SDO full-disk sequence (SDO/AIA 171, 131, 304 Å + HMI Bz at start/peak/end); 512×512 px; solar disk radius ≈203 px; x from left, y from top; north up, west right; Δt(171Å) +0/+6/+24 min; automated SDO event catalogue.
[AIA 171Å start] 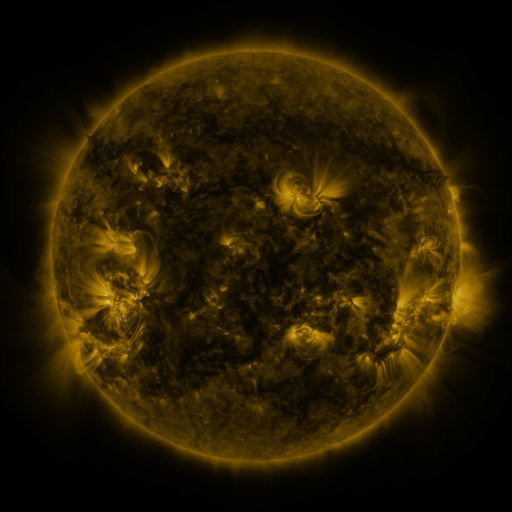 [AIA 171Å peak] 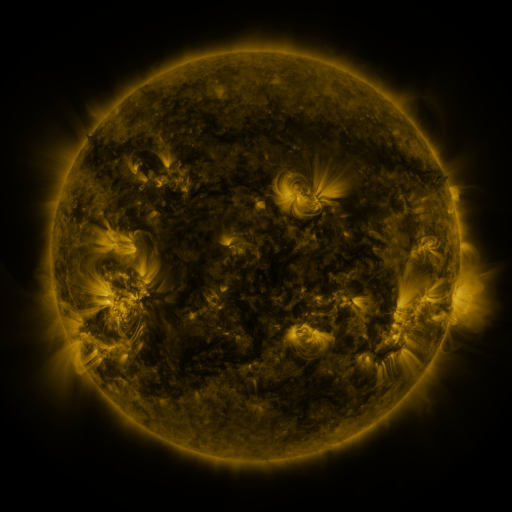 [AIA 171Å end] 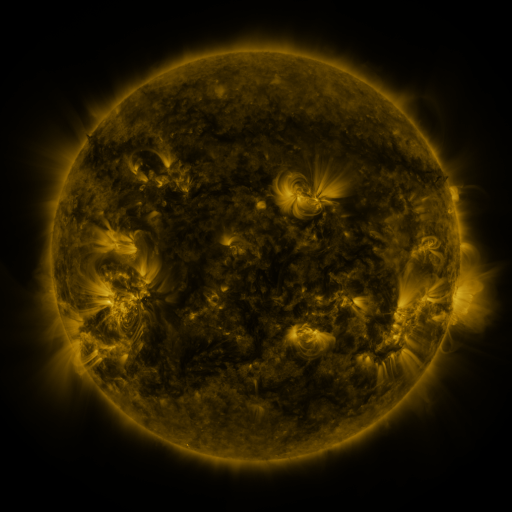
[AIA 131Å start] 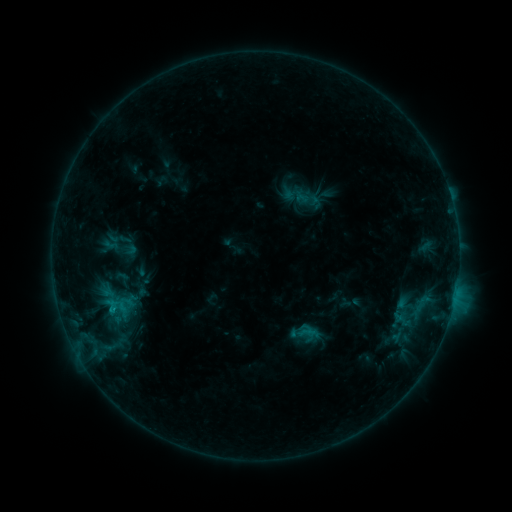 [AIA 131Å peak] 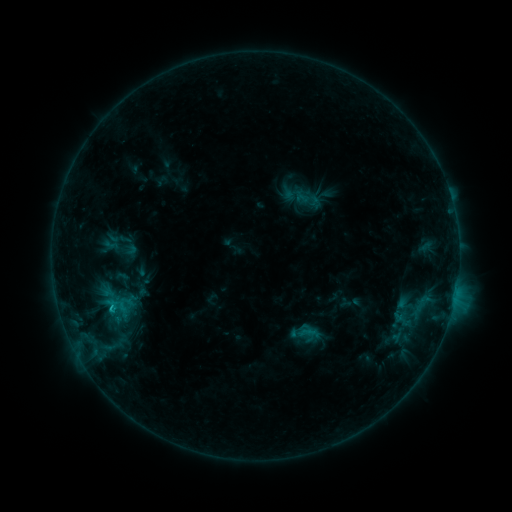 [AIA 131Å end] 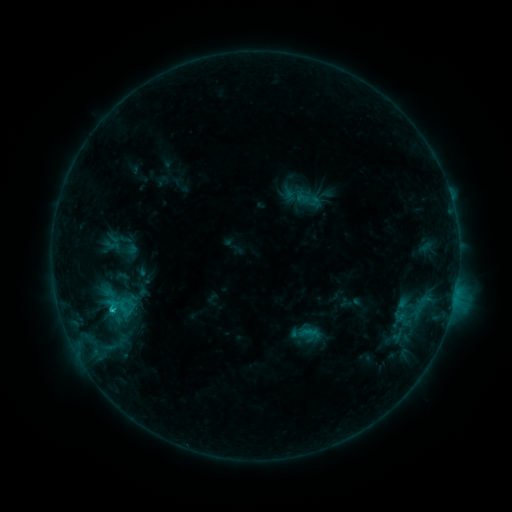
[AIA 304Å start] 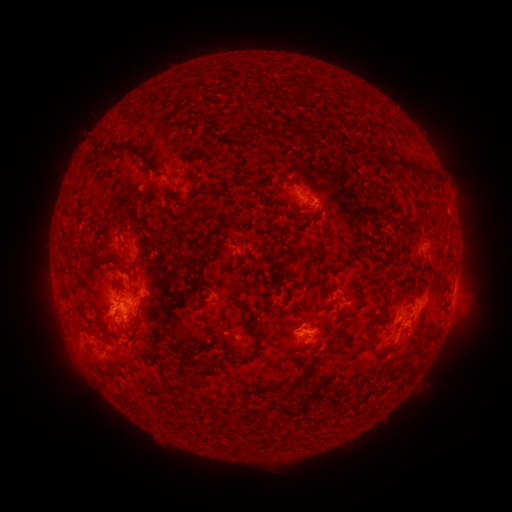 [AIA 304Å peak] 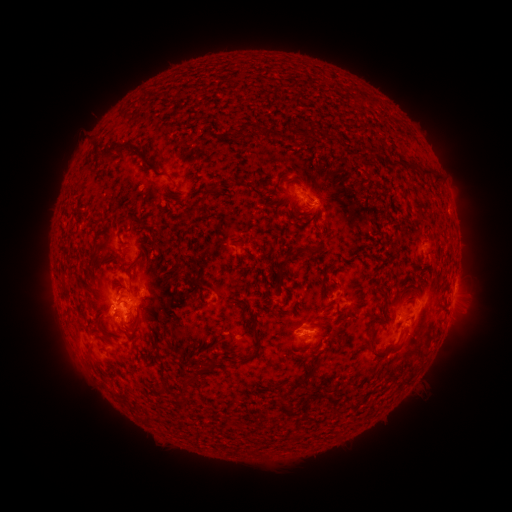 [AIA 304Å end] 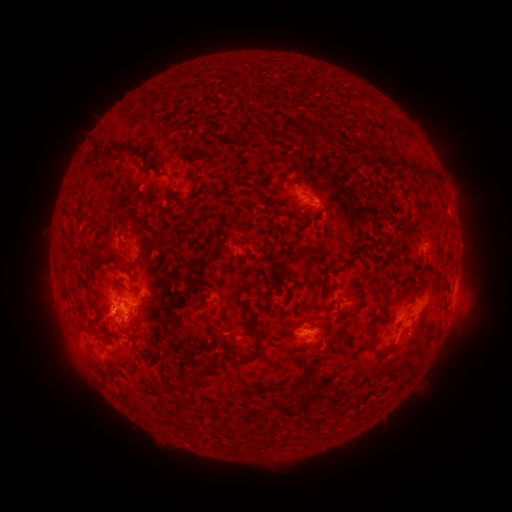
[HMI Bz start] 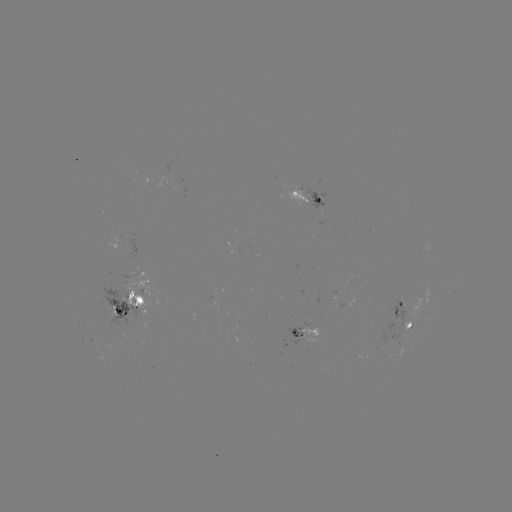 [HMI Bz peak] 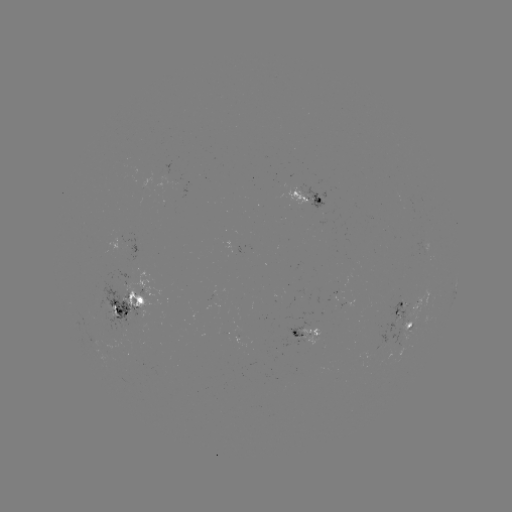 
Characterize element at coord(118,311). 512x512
C2.1 flare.